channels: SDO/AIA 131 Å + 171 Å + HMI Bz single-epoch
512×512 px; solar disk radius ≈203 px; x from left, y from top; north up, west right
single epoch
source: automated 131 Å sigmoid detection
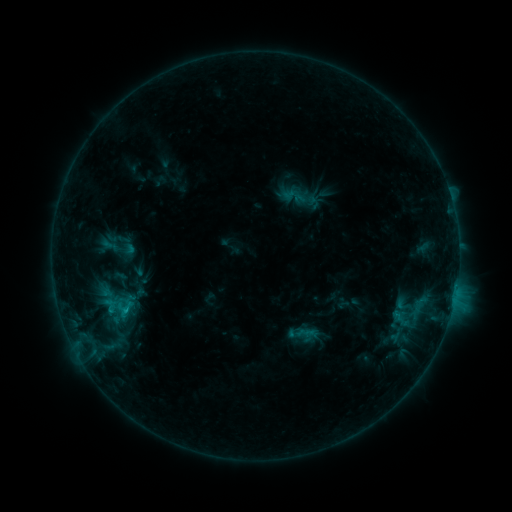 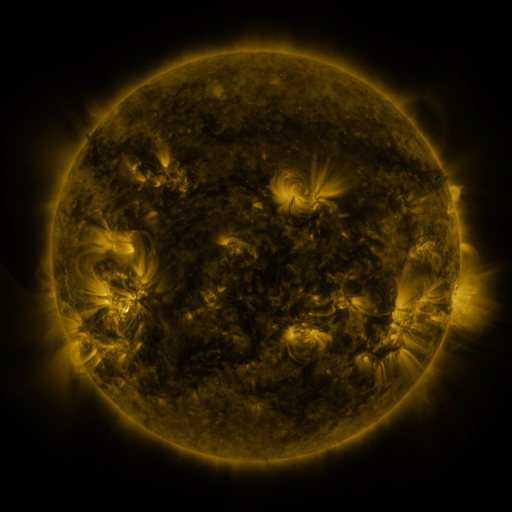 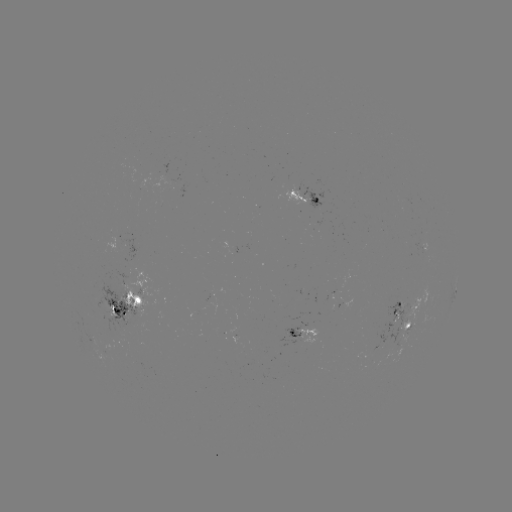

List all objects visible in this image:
sigmoid: (117, 307)
